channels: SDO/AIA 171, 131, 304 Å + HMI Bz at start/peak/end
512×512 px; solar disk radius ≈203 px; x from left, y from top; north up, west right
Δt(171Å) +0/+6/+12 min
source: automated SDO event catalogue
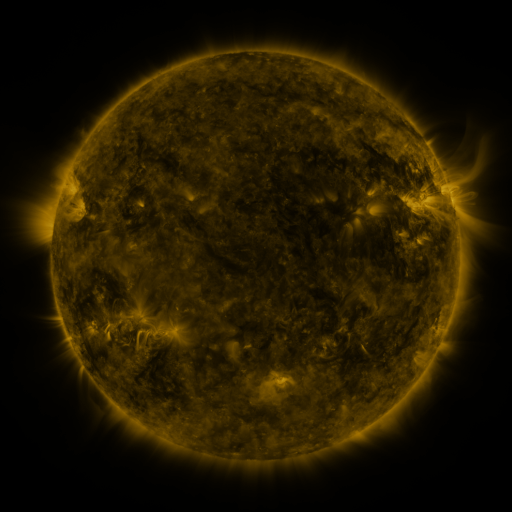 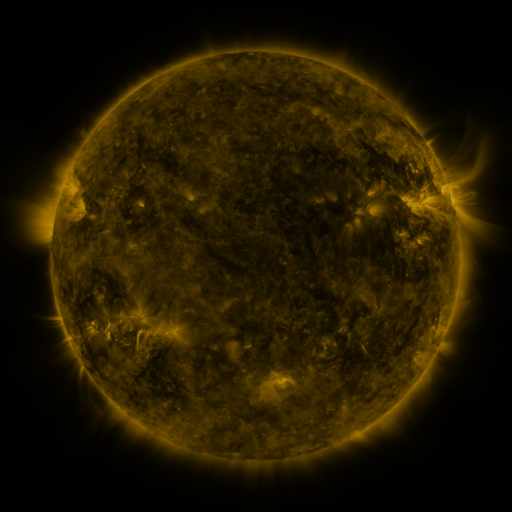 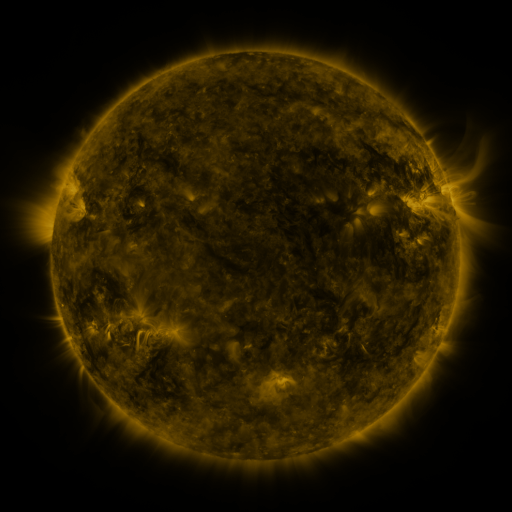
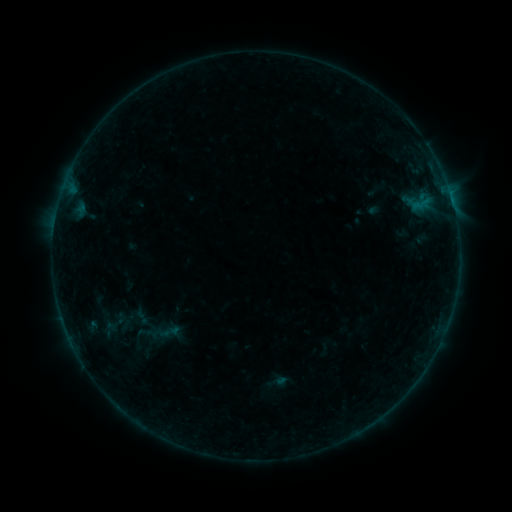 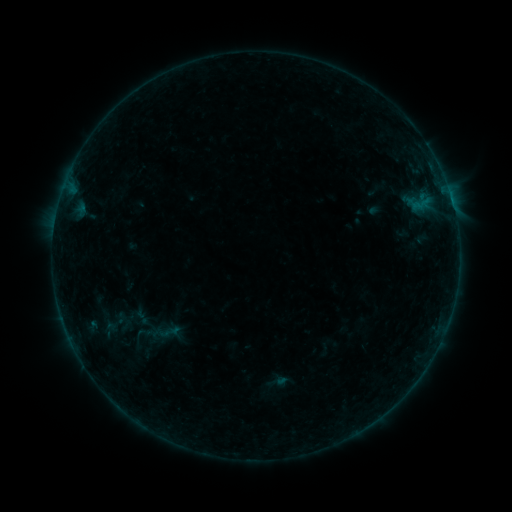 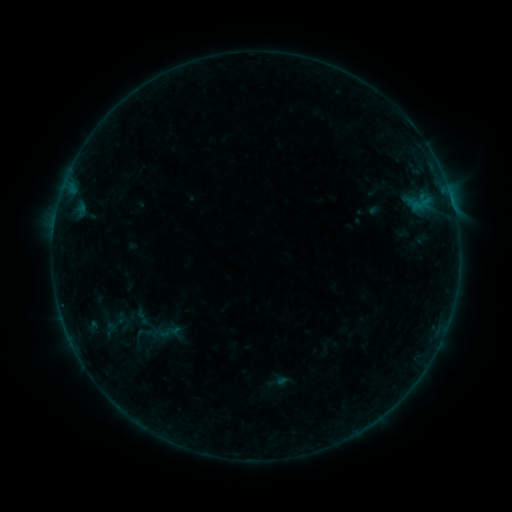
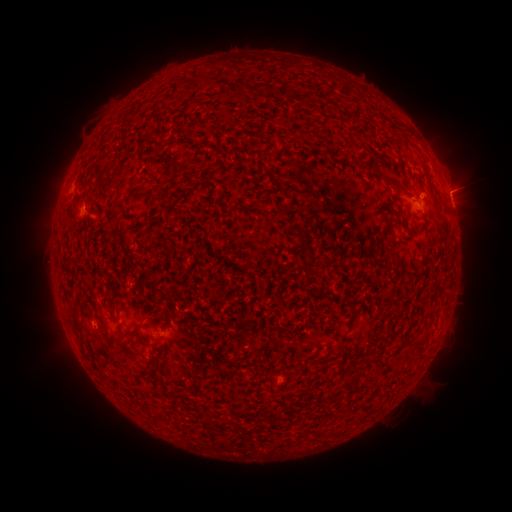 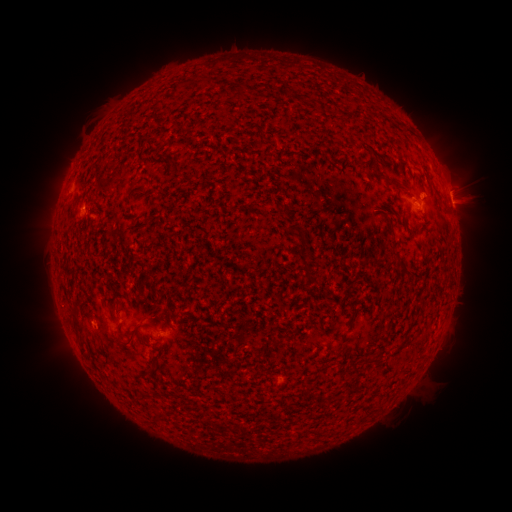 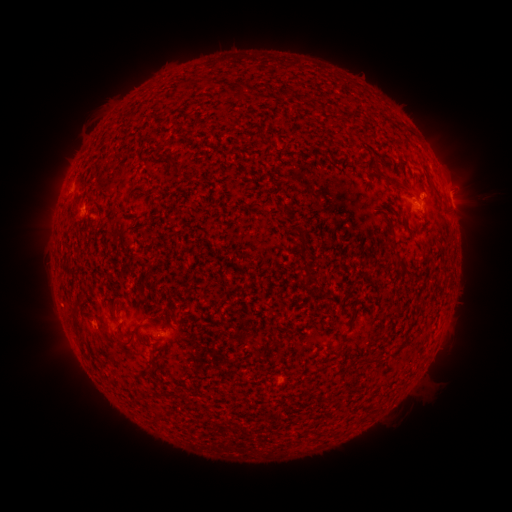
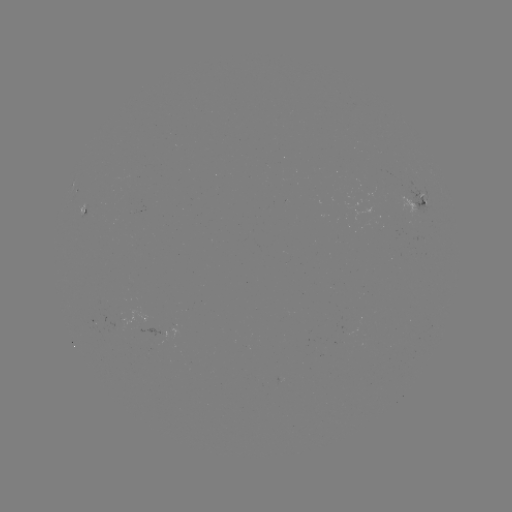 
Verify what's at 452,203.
B6.4 flare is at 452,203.